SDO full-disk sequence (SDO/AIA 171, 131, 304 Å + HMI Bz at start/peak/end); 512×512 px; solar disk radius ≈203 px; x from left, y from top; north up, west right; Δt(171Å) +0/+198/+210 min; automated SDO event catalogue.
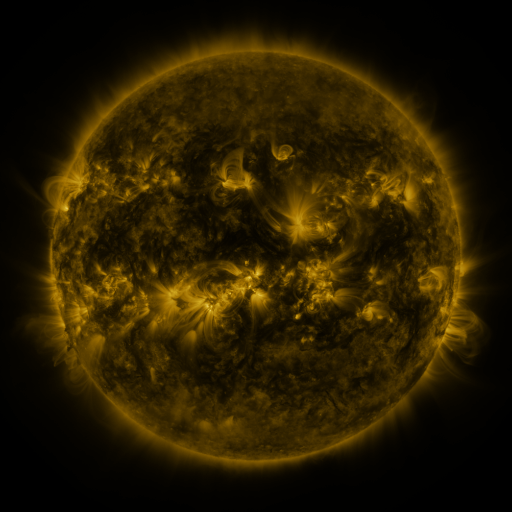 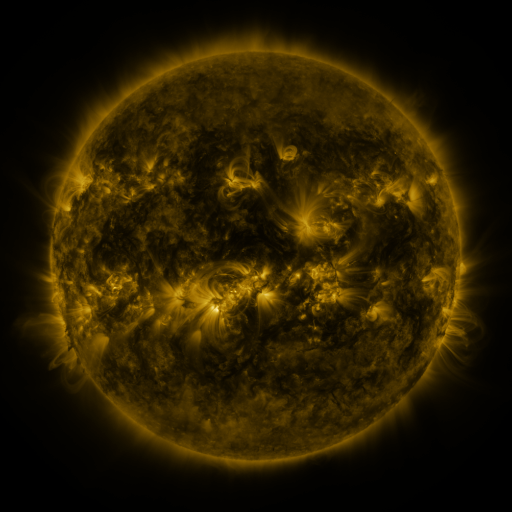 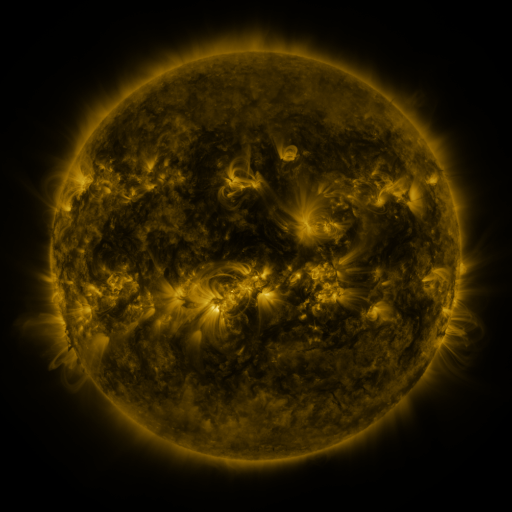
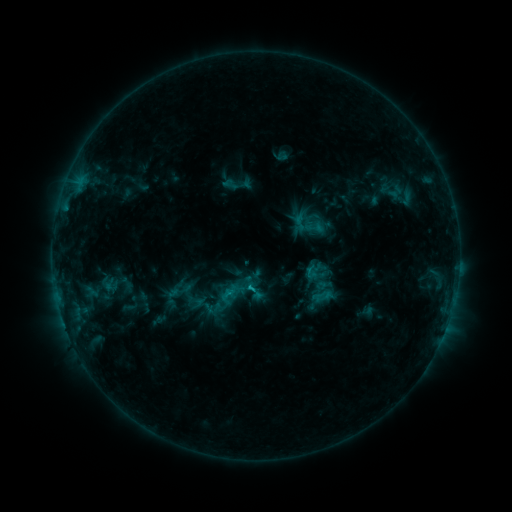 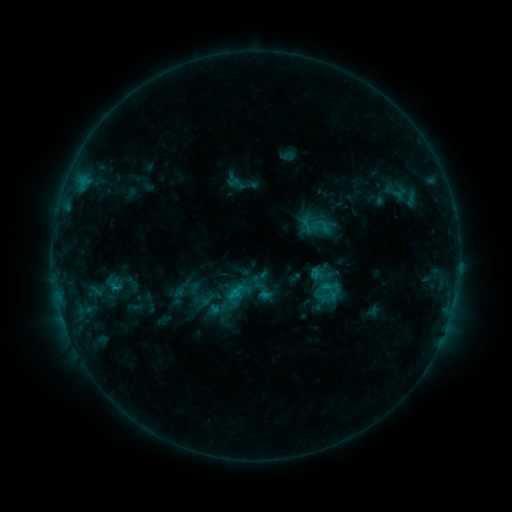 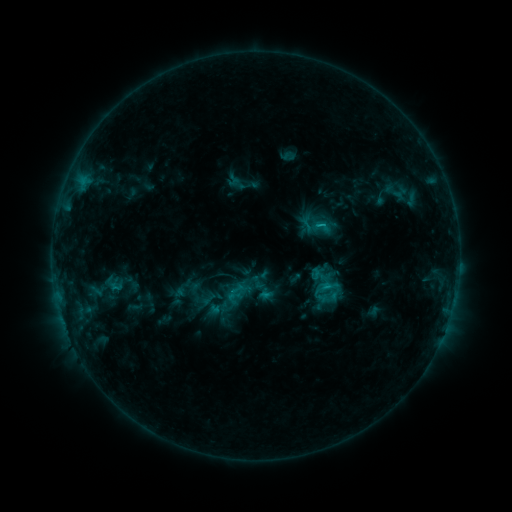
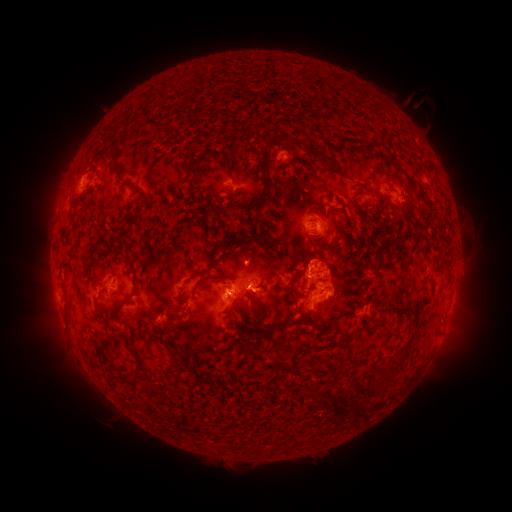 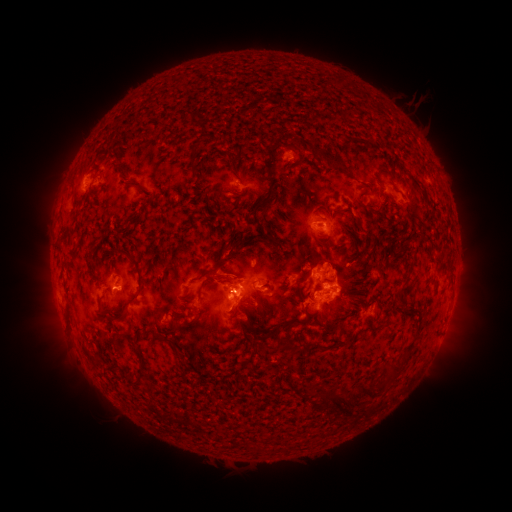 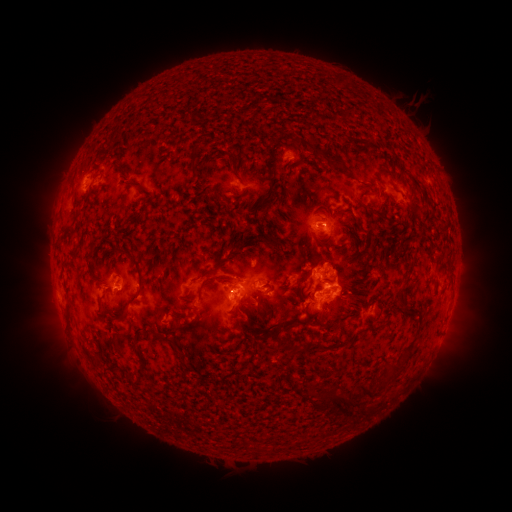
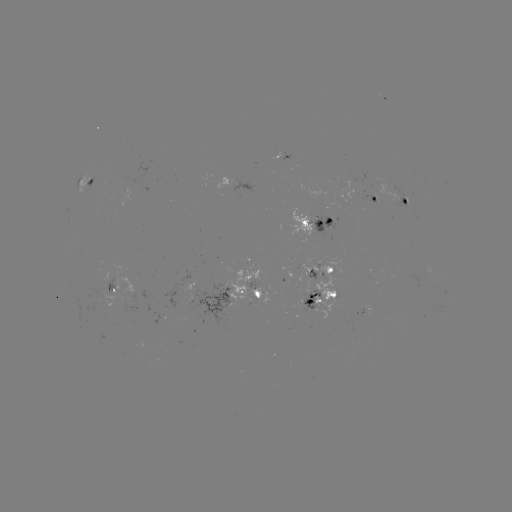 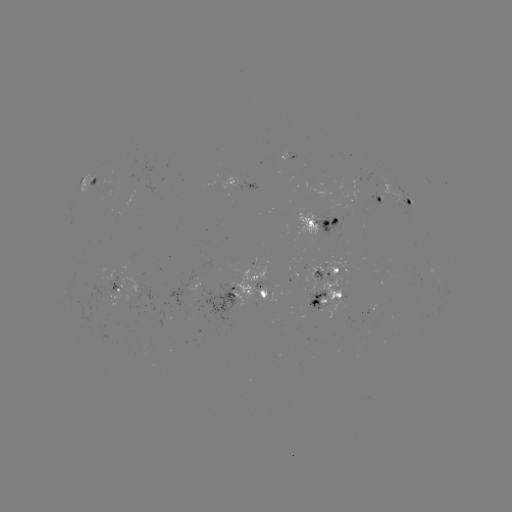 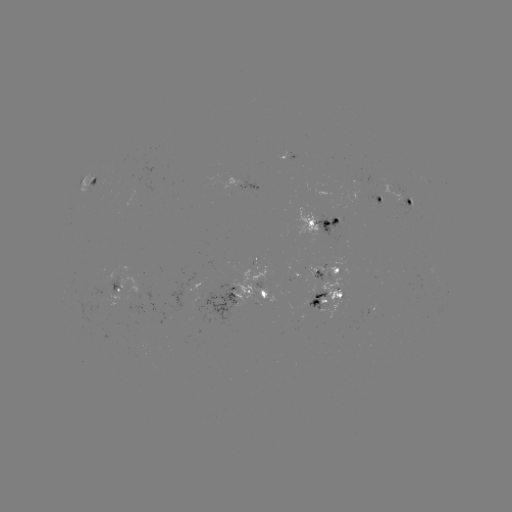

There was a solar emerging-flux region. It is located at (115, 280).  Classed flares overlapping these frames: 3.